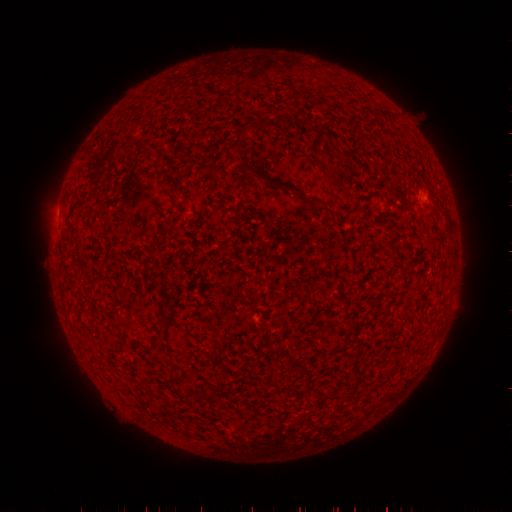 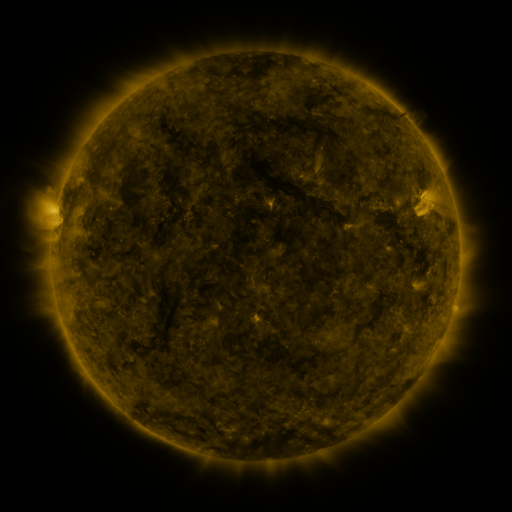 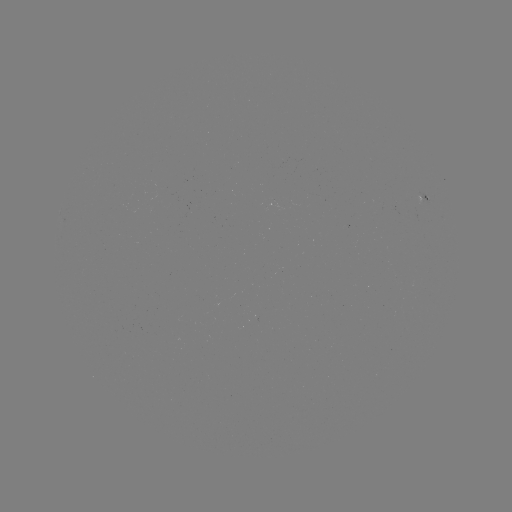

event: spotted active region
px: (423, 198)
